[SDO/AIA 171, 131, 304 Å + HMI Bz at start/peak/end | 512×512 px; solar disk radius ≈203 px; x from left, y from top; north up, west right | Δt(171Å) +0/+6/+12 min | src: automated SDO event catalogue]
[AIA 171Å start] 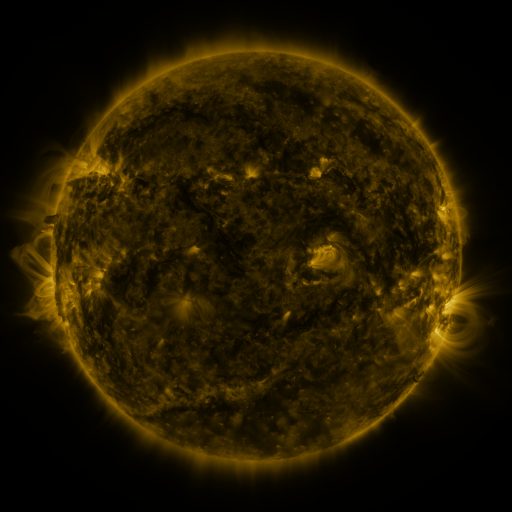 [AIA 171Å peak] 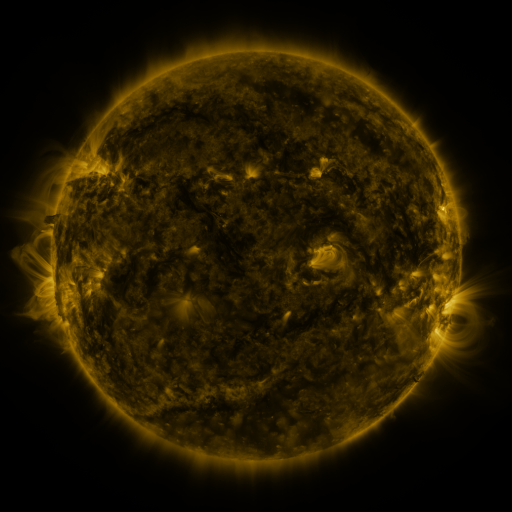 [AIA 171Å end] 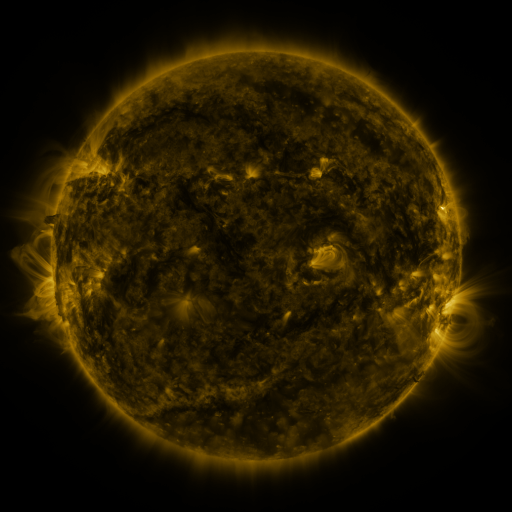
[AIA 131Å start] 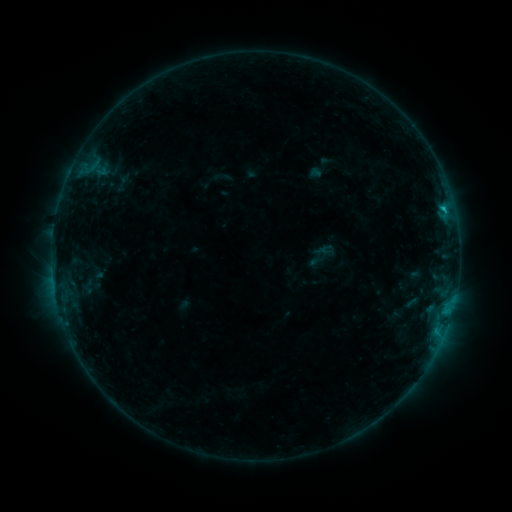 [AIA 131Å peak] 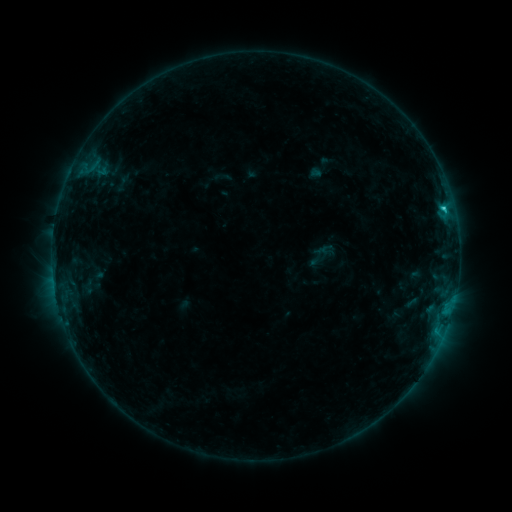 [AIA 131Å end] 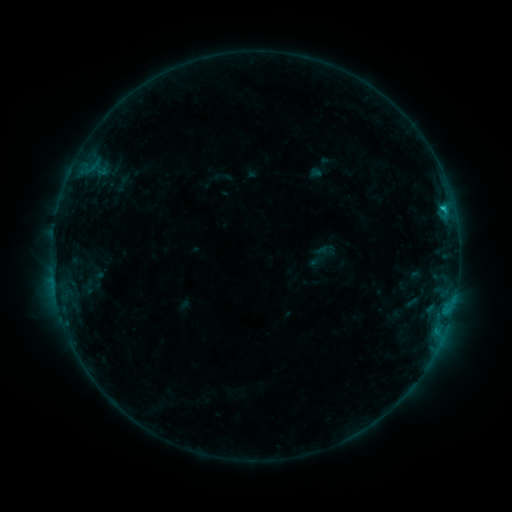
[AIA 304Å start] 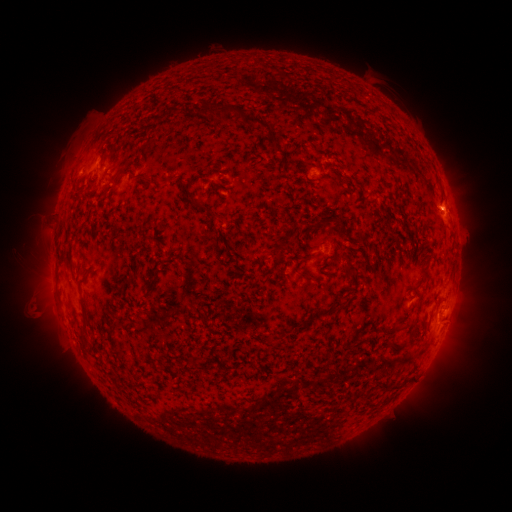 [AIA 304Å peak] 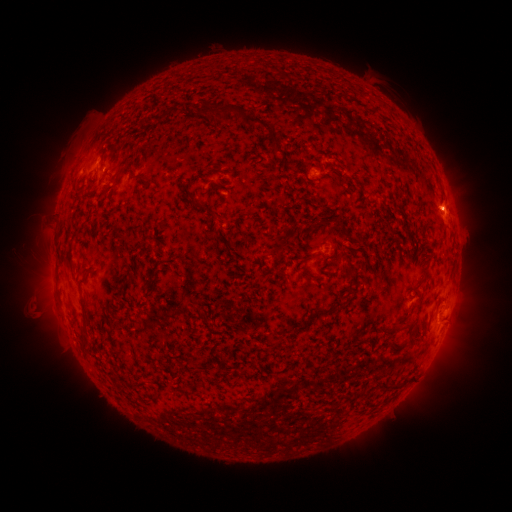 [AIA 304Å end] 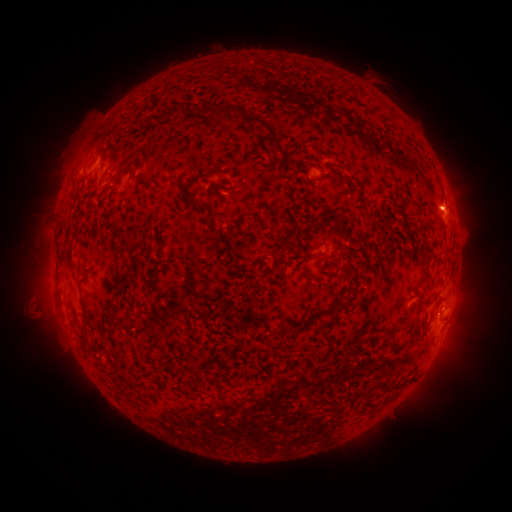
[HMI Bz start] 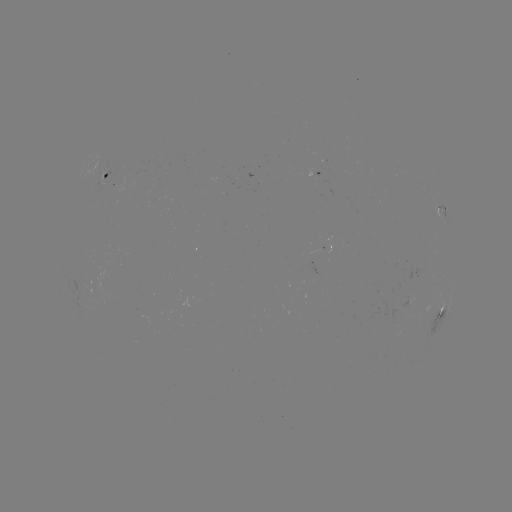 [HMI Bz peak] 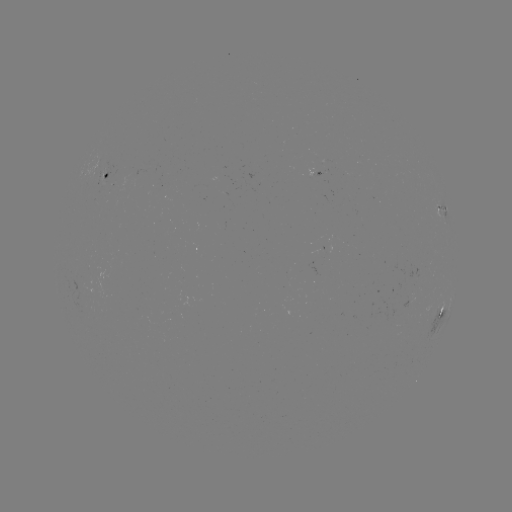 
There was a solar flare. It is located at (443, 209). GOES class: B9.5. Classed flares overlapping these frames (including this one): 1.